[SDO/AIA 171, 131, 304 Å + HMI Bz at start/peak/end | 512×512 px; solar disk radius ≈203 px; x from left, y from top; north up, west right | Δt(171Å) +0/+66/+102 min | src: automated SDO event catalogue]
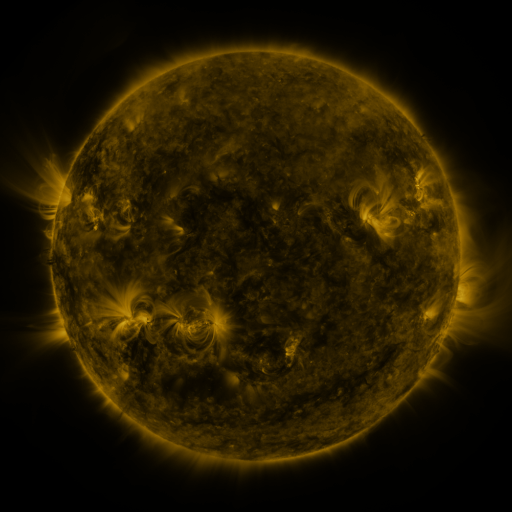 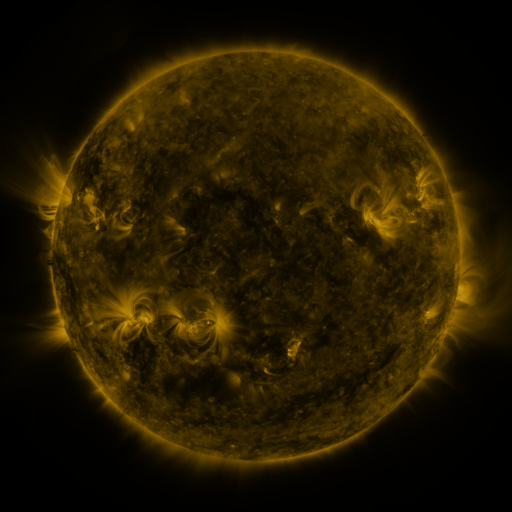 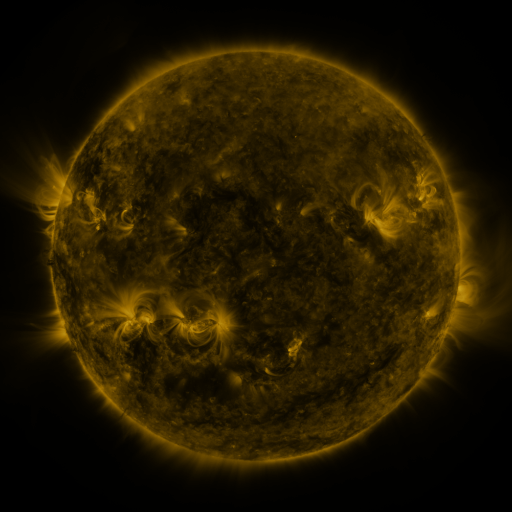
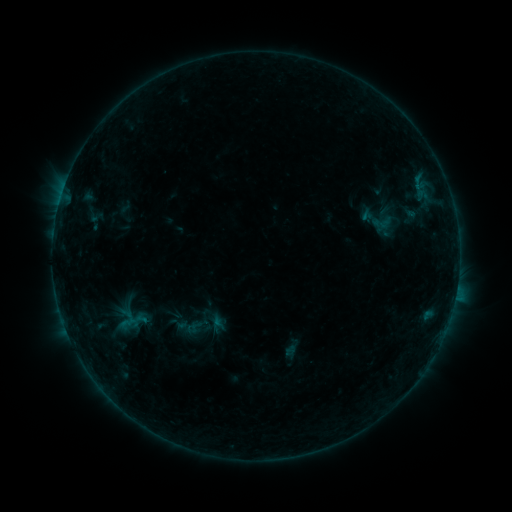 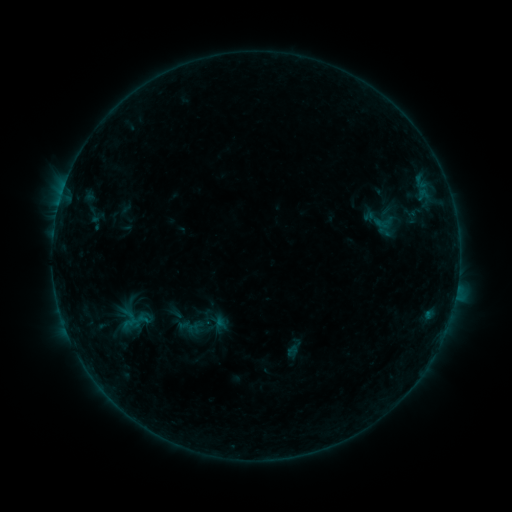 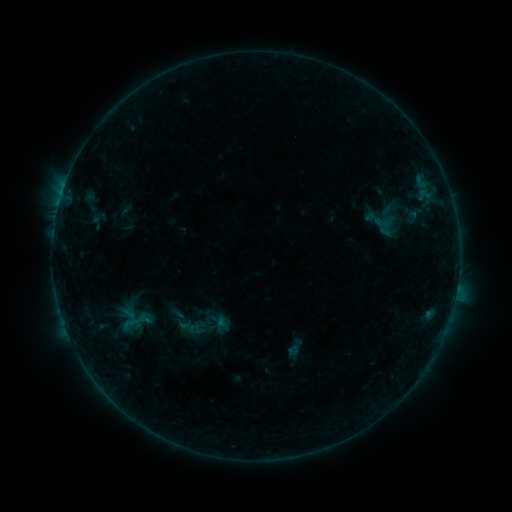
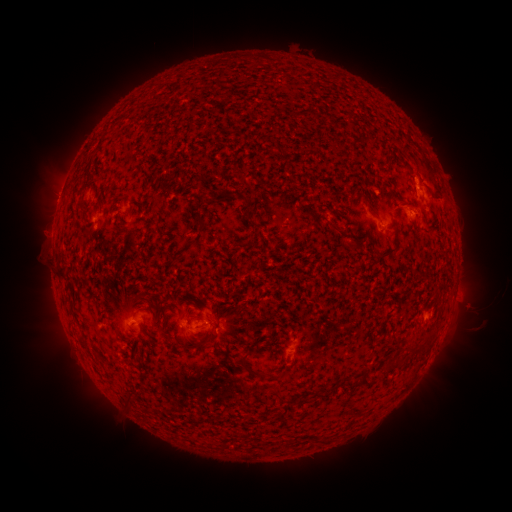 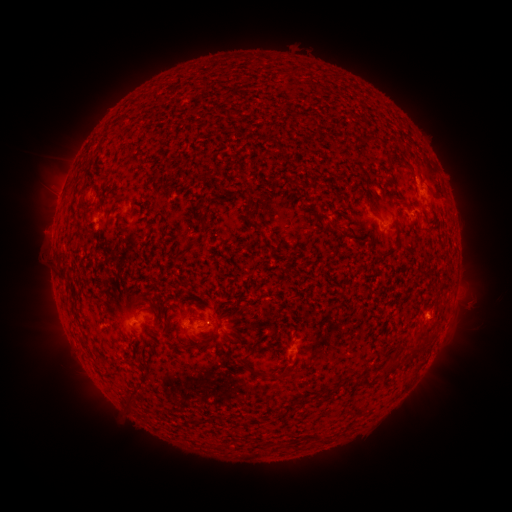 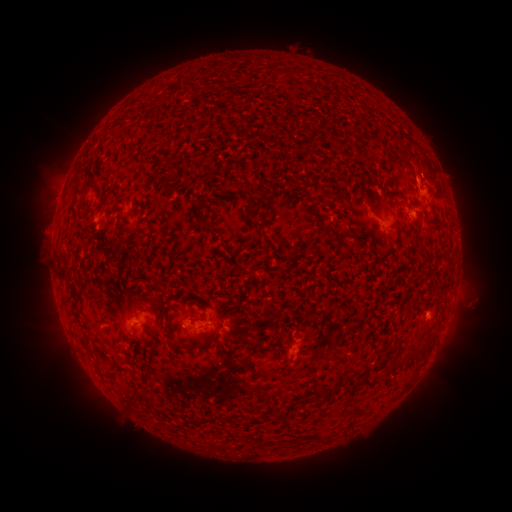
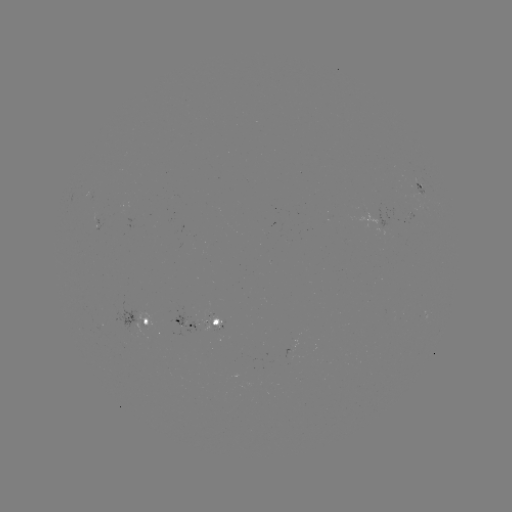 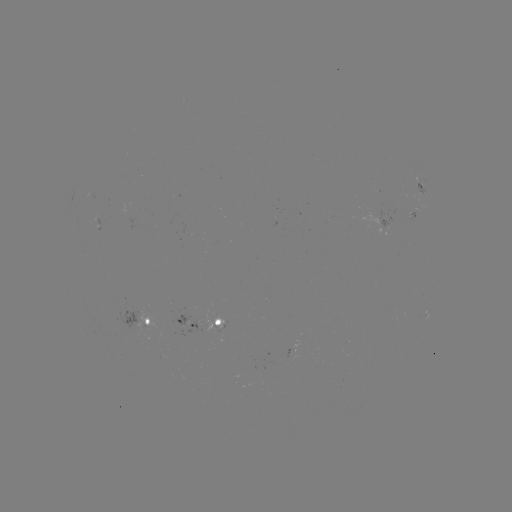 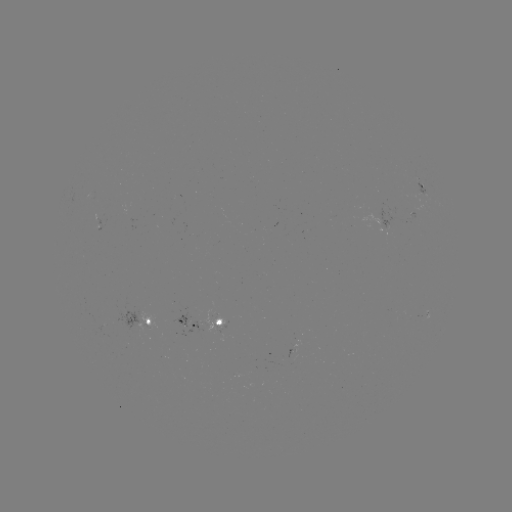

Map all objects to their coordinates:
emerging-flux region: (382, 224)
